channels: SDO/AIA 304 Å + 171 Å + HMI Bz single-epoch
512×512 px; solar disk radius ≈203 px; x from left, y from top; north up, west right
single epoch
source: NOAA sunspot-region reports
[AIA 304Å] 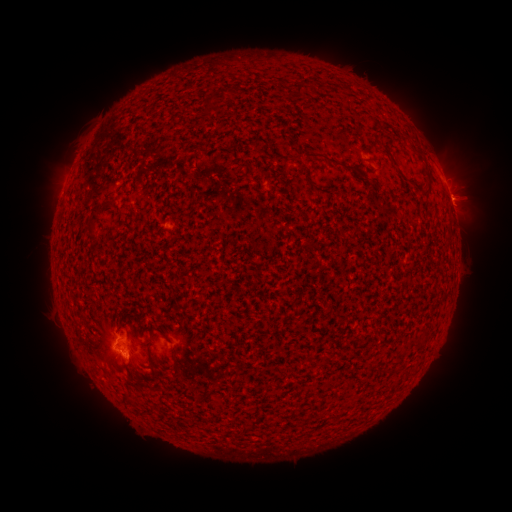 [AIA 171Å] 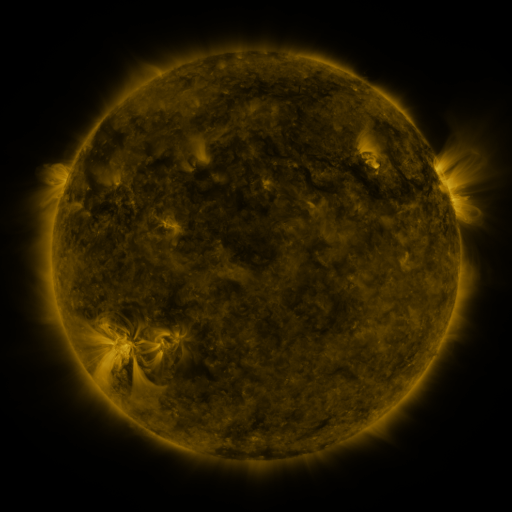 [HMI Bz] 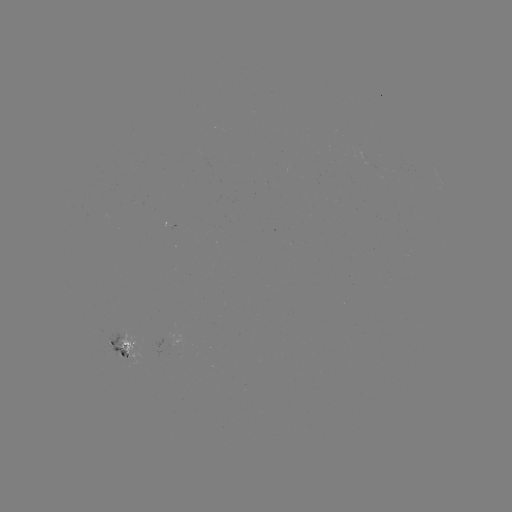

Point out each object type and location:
spotted active region: (448, 194)
spotted active region: (122, 349)
